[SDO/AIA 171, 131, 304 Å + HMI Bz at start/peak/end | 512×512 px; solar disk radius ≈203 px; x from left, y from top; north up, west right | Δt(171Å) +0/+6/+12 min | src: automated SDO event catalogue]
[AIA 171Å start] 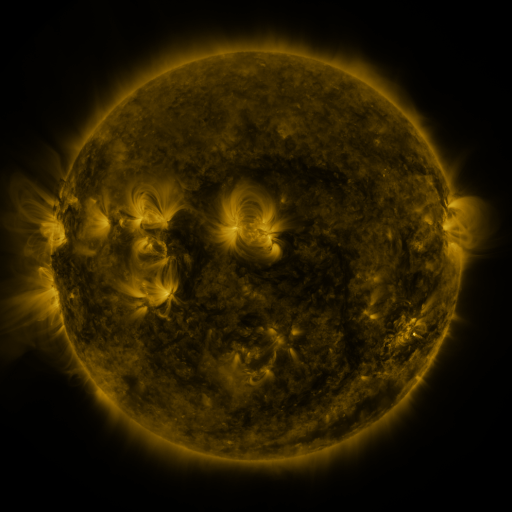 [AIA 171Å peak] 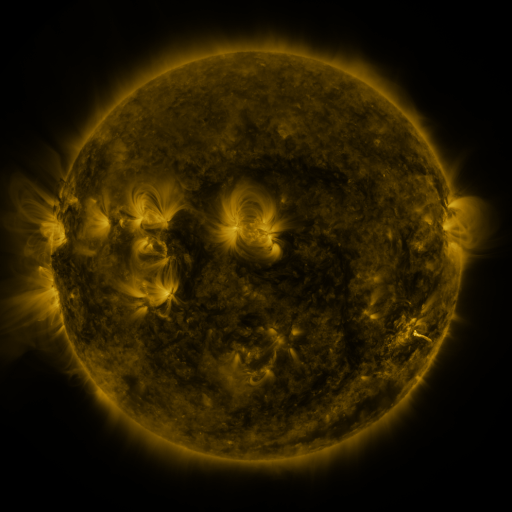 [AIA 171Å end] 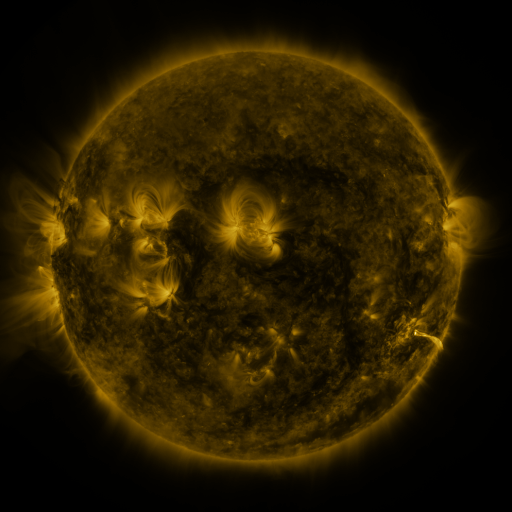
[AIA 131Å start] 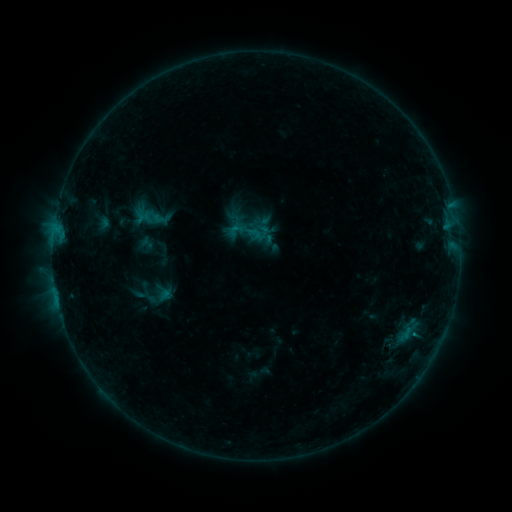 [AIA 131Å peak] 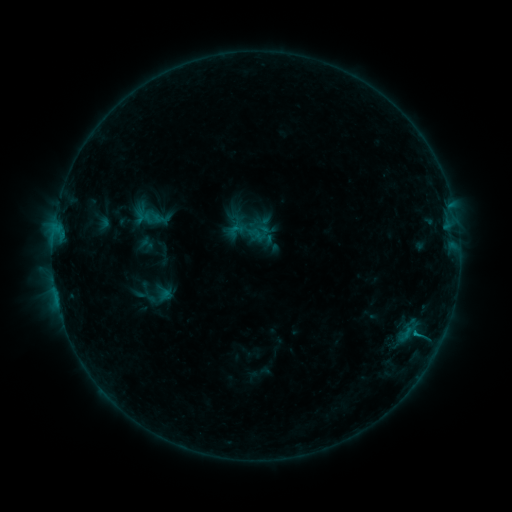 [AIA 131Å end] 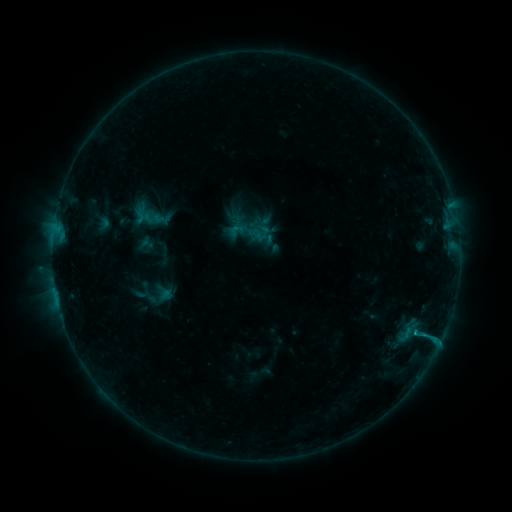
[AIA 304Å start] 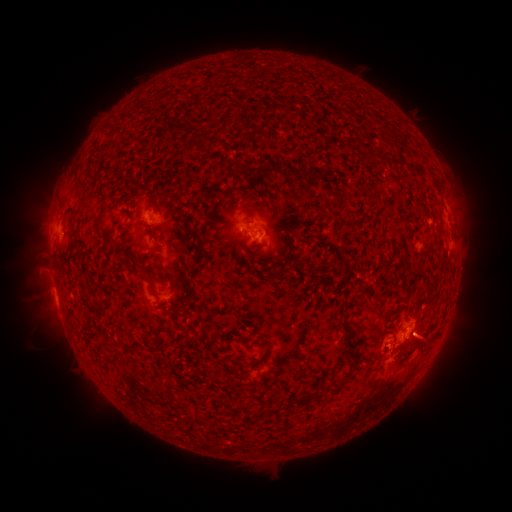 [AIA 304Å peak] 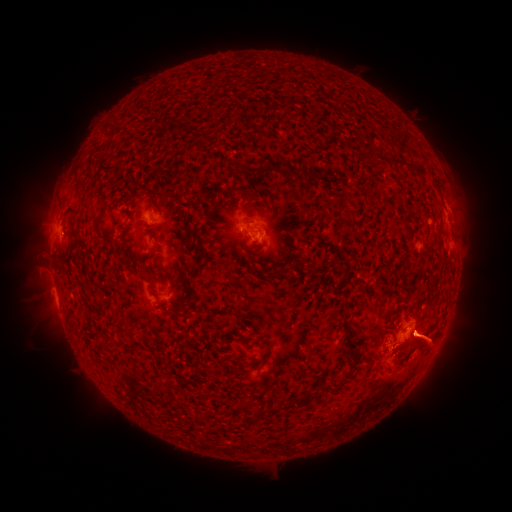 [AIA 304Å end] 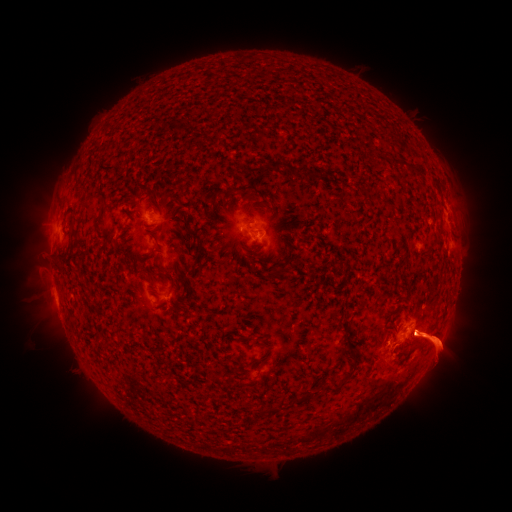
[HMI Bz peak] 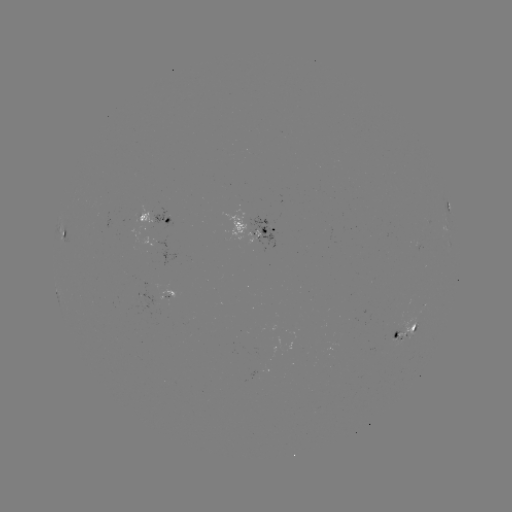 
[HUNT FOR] B8.0 flare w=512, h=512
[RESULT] (416, 331)